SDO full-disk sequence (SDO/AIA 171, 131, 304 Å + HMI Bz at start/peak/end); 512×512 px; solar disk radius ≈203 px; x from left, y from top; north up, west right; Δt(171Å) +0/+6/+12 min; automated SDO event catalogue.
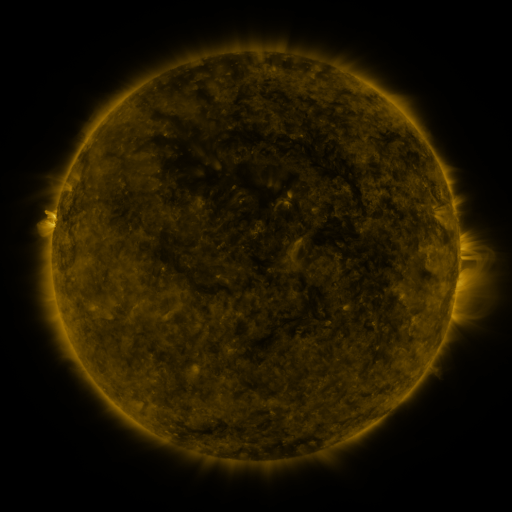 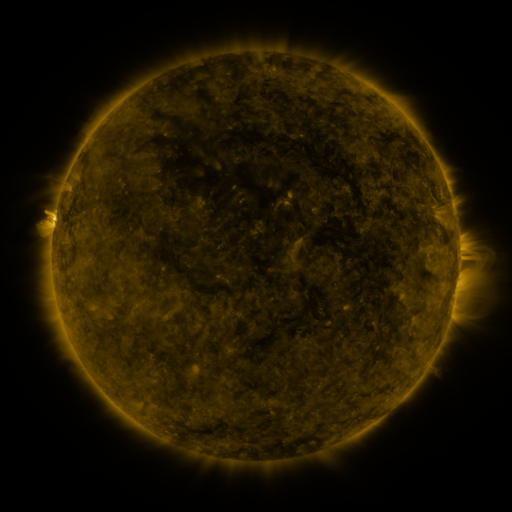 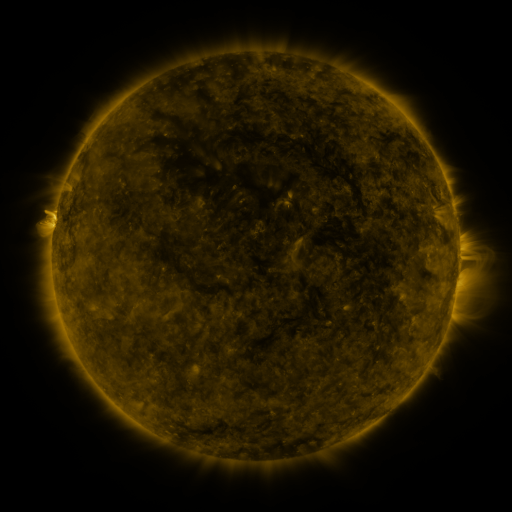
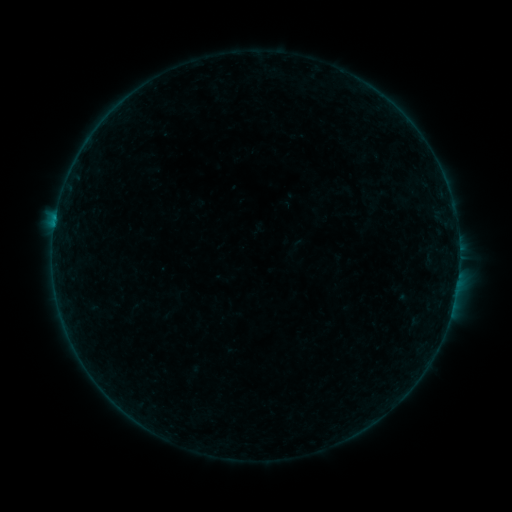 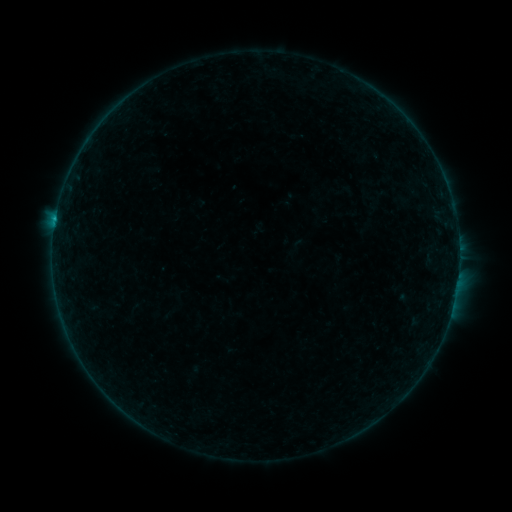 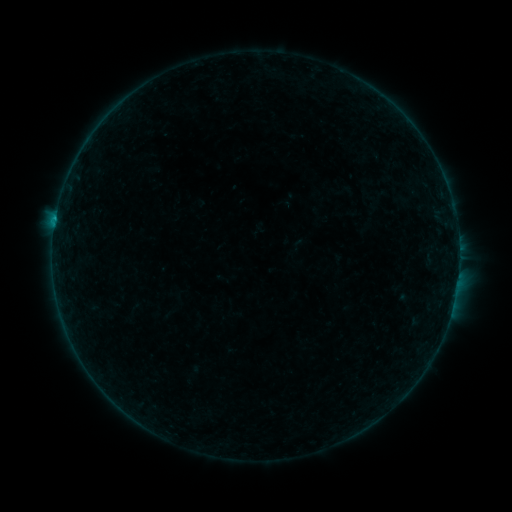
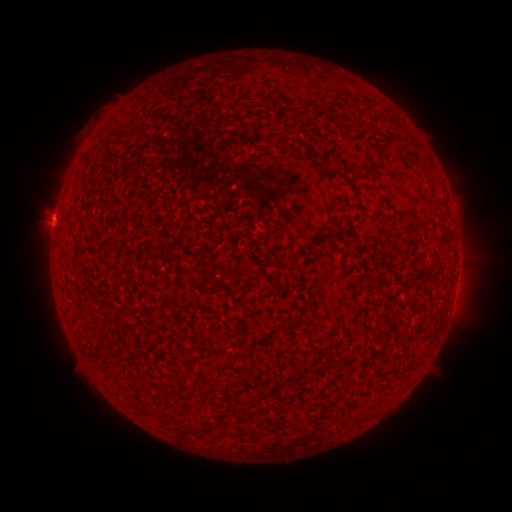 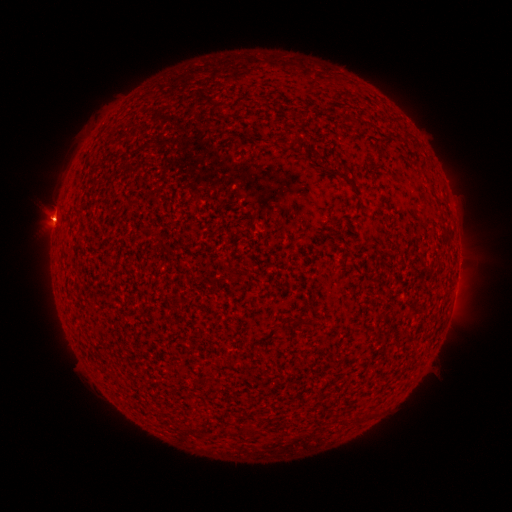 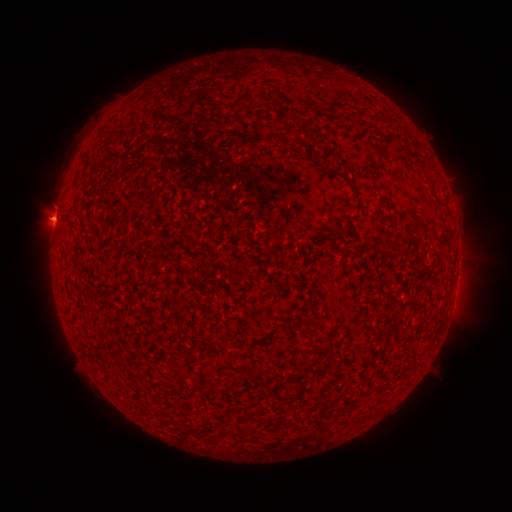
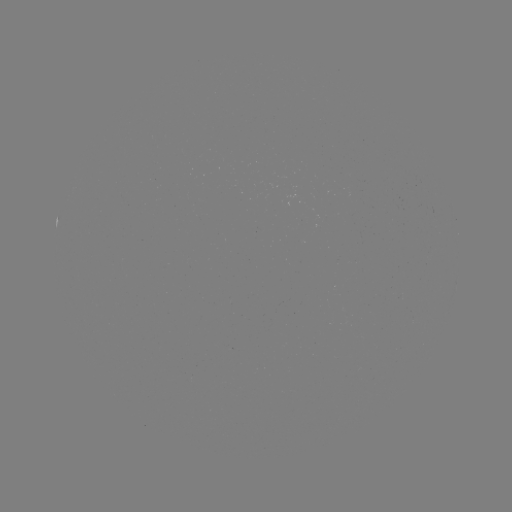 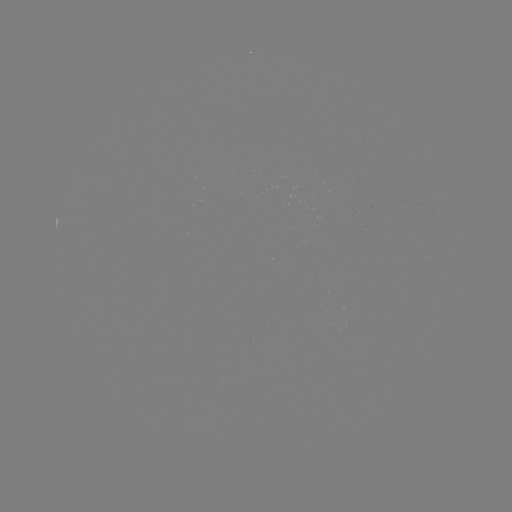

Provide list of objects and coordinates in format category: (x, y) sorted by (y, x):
B3.2 flare: (55, 221)
